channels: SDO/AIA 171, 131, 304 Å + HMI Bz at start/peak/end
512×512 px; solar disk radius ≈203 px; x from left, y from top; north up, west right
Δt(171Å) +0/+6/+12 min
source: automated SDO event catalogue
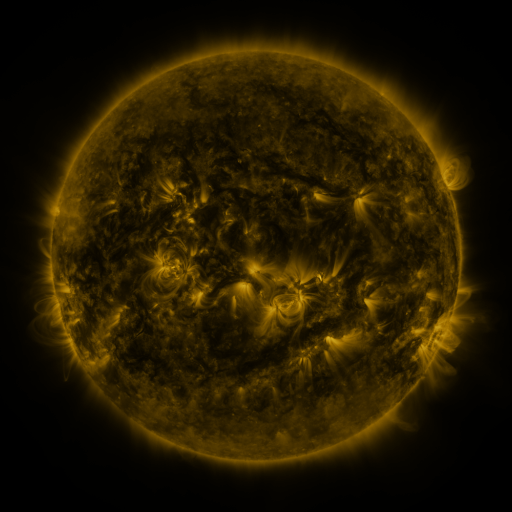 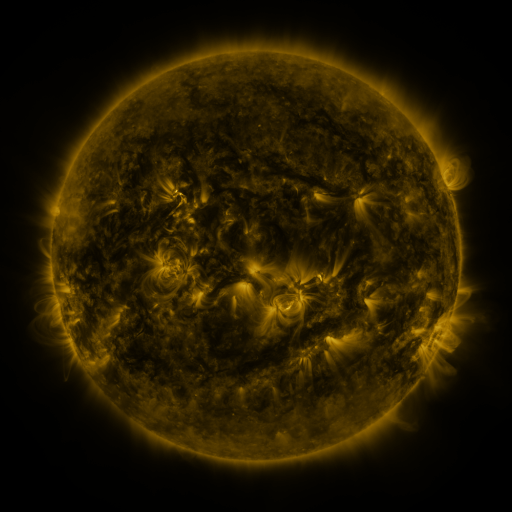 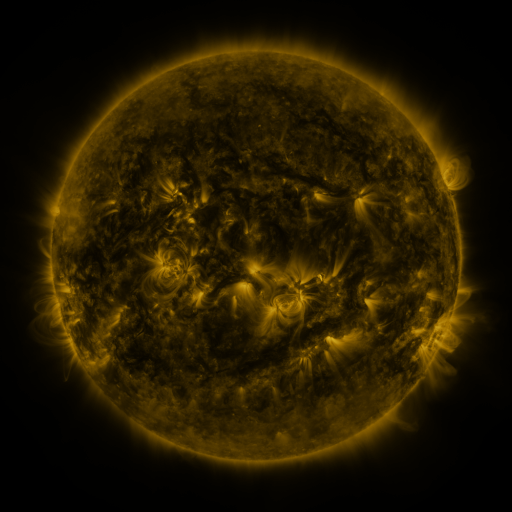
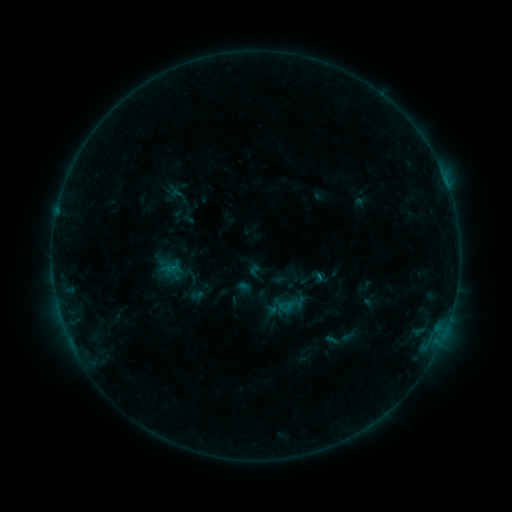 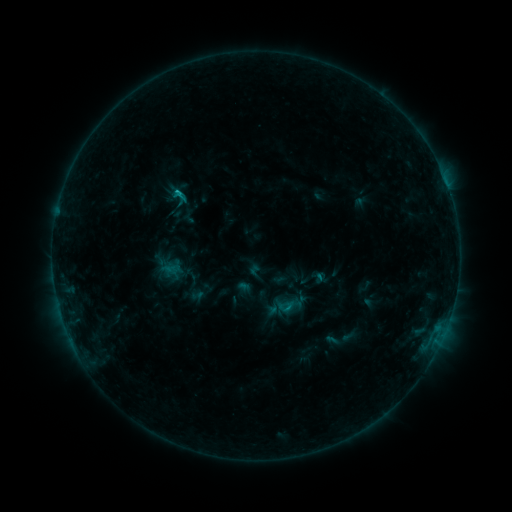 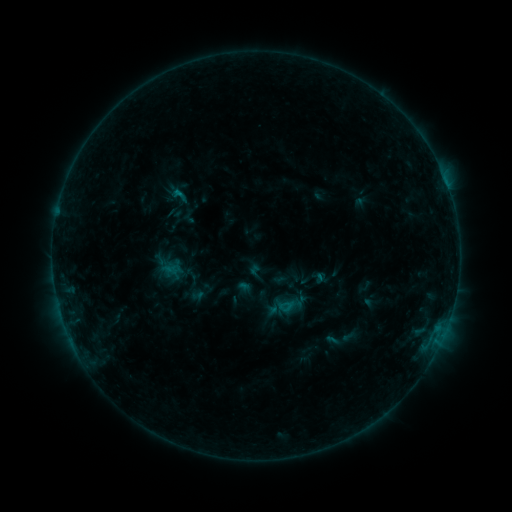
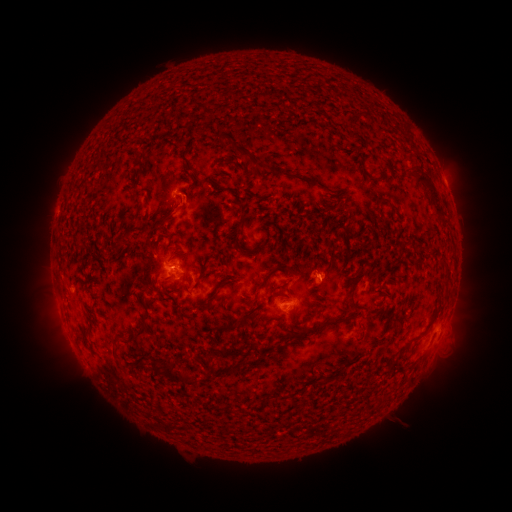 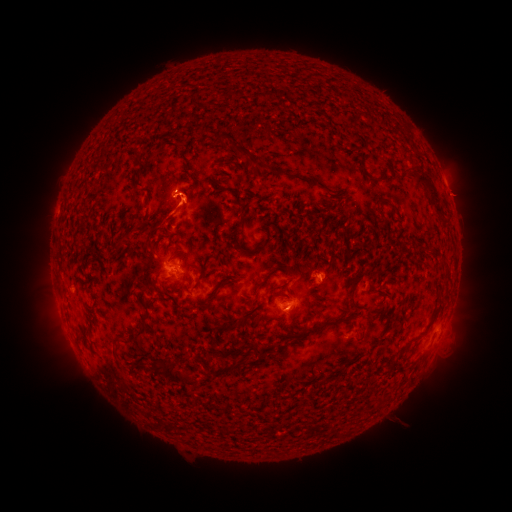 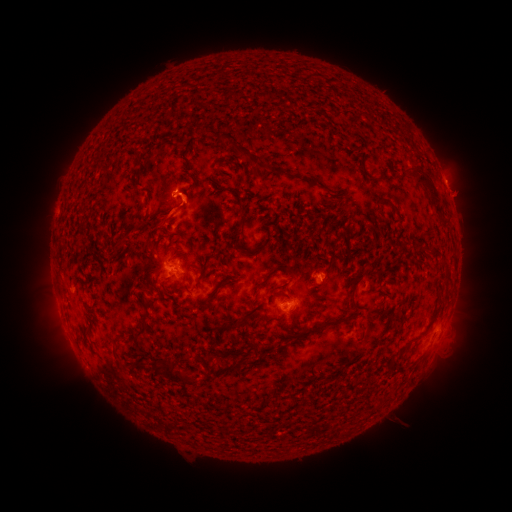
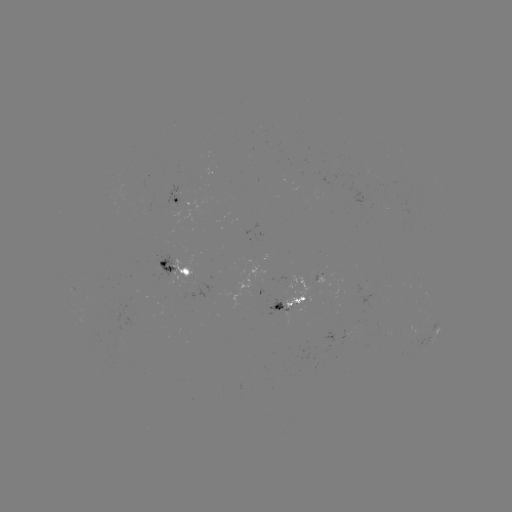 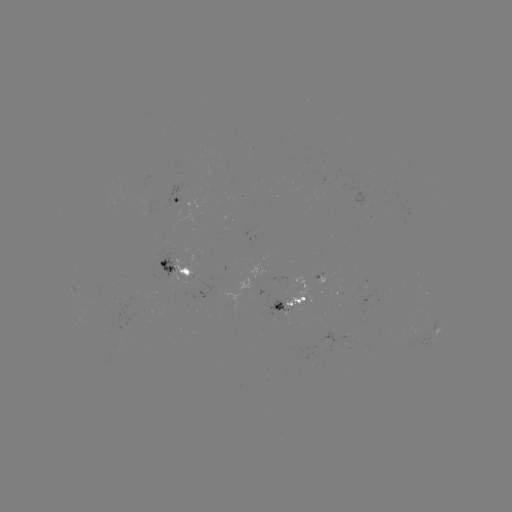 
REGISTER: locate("eruption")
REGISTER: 179,200